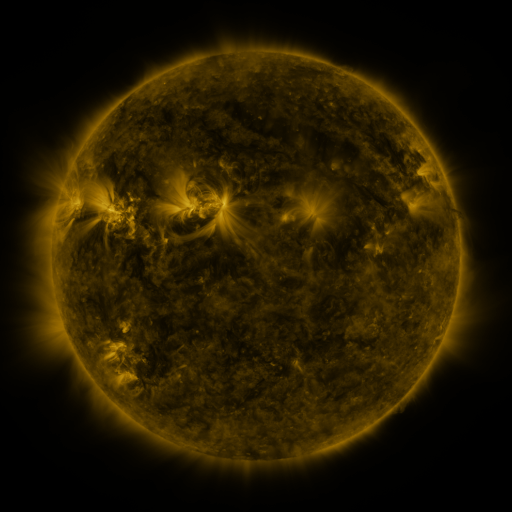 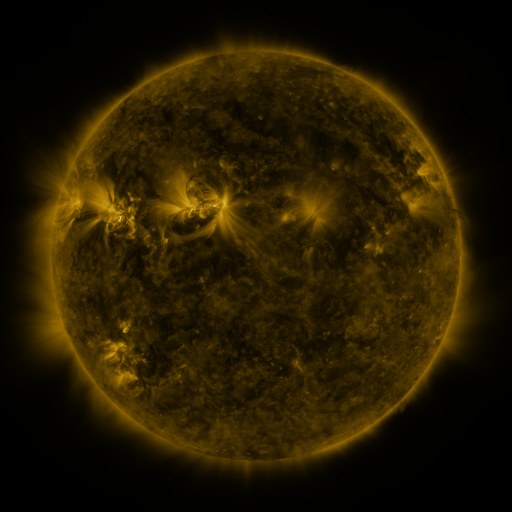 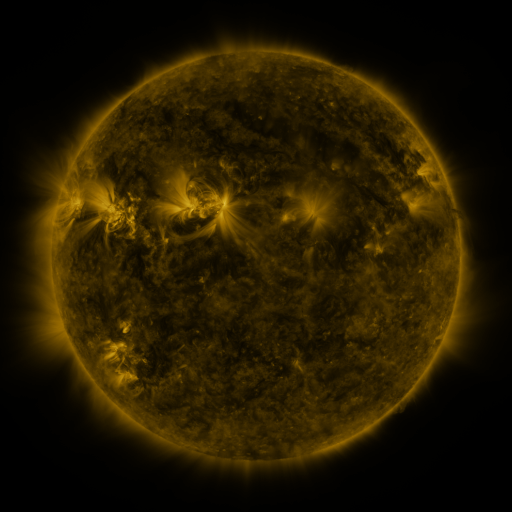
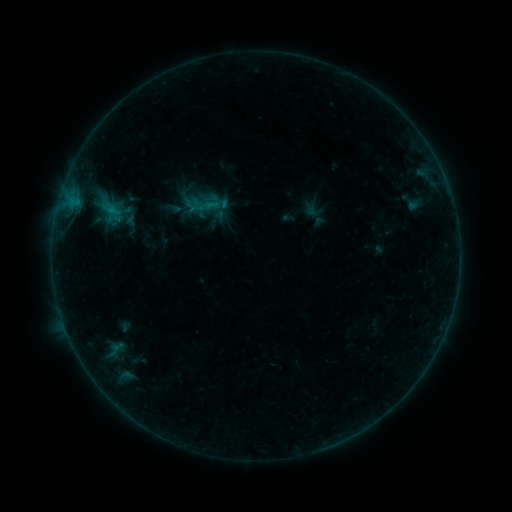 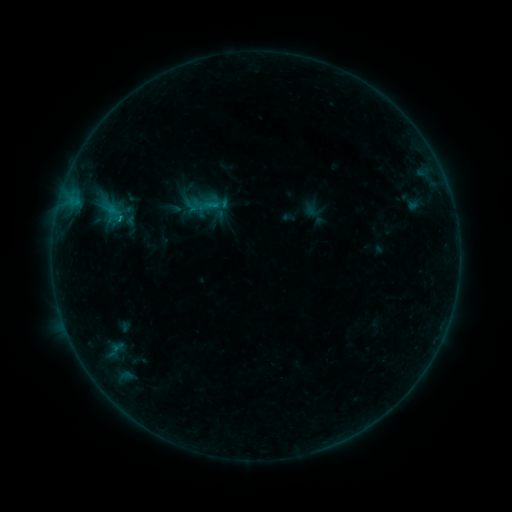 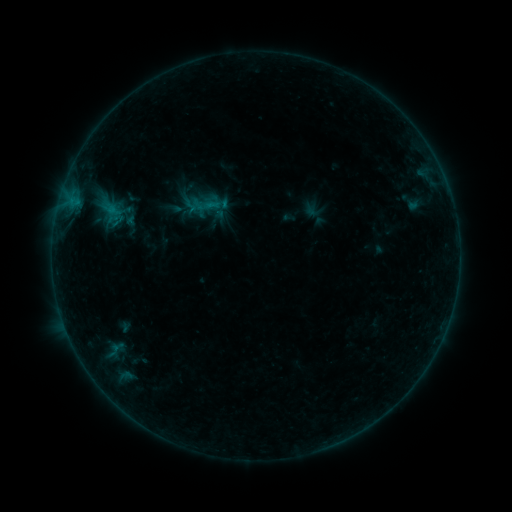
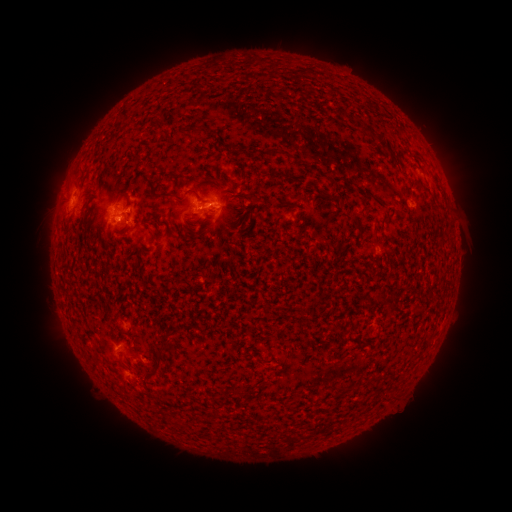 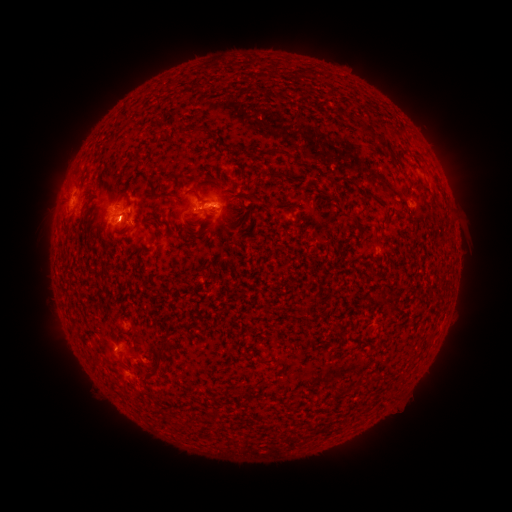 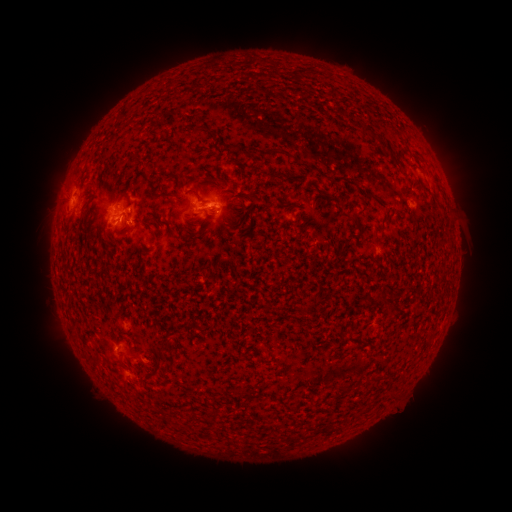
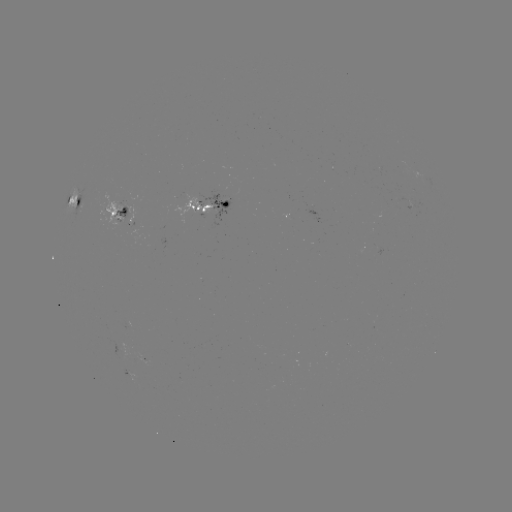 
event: flare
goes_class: B8.0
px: (121, 220)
